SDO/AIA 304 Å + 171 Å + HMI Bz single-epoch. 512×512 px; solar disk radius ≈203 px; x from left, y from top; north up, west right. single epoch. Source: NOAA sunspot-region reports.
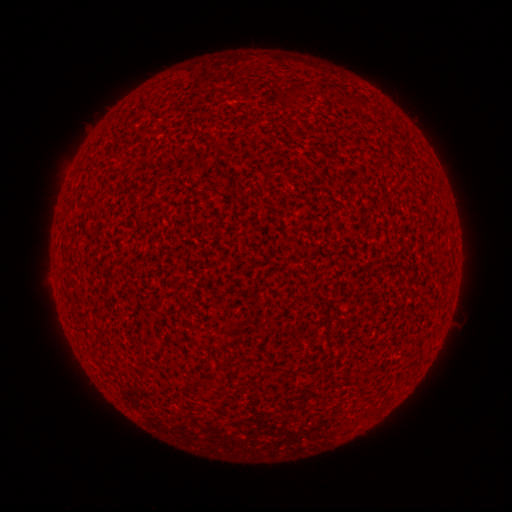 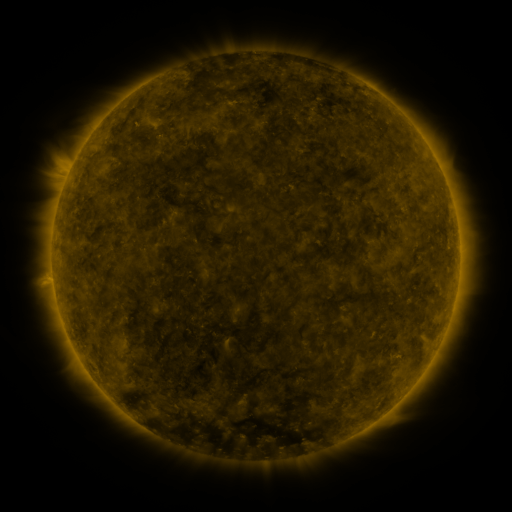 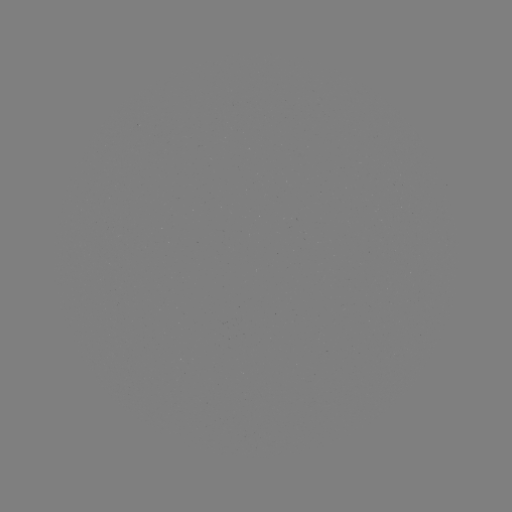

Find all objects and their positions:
(none)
